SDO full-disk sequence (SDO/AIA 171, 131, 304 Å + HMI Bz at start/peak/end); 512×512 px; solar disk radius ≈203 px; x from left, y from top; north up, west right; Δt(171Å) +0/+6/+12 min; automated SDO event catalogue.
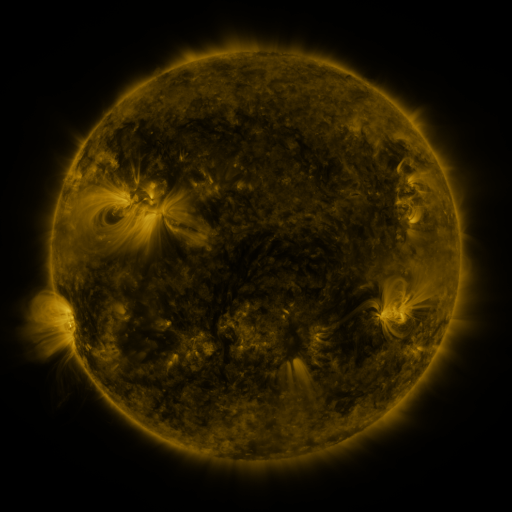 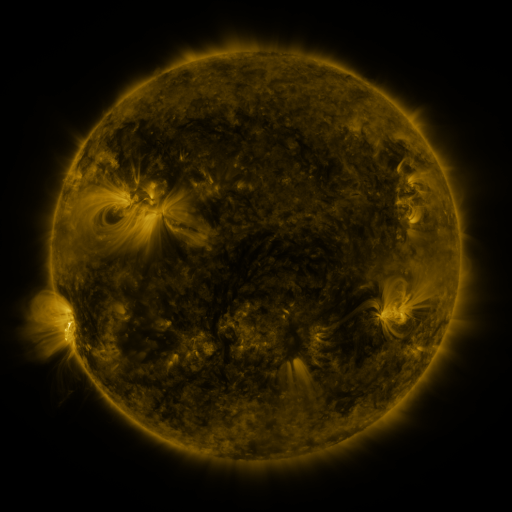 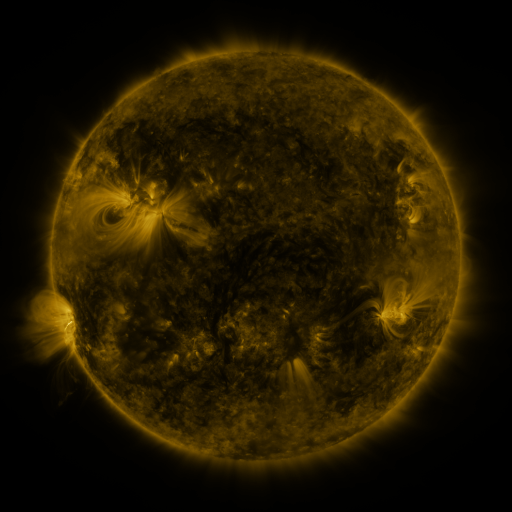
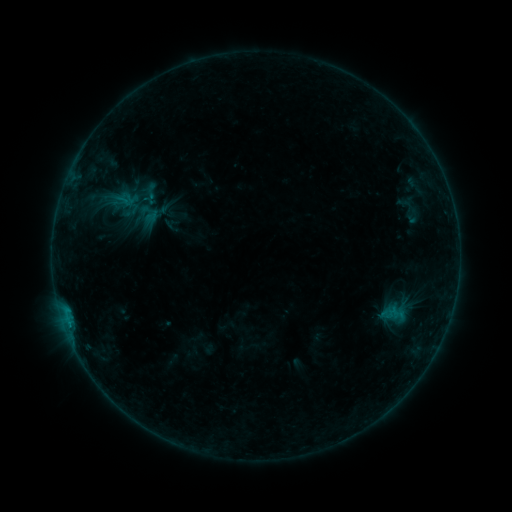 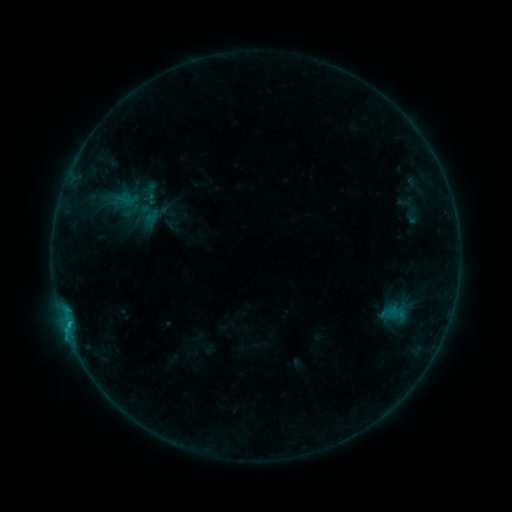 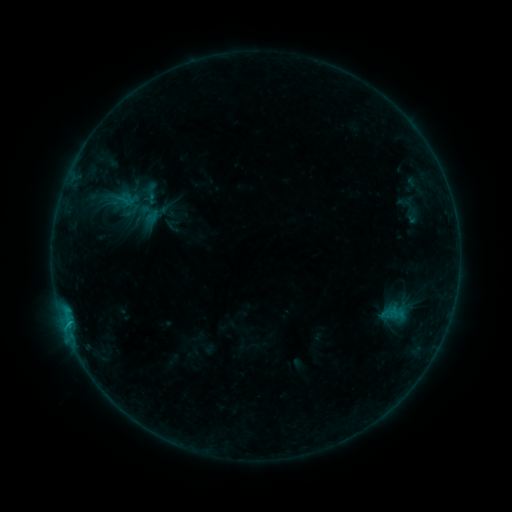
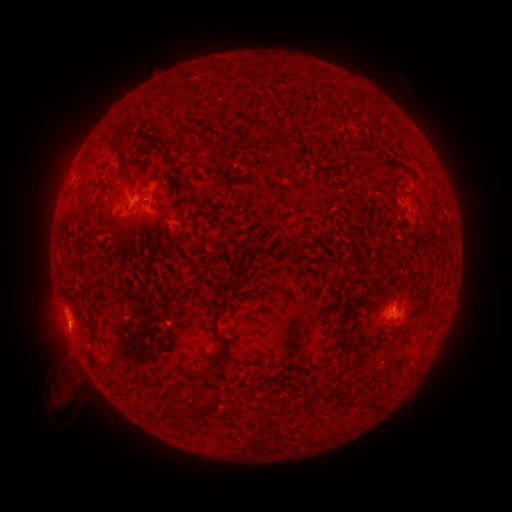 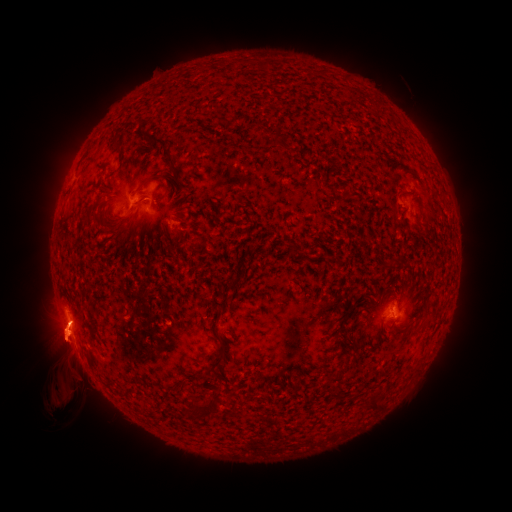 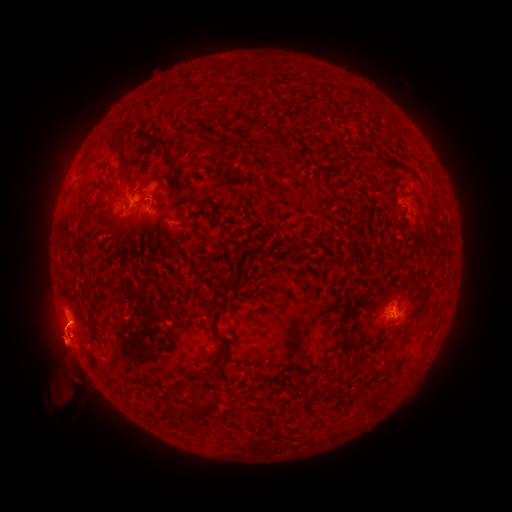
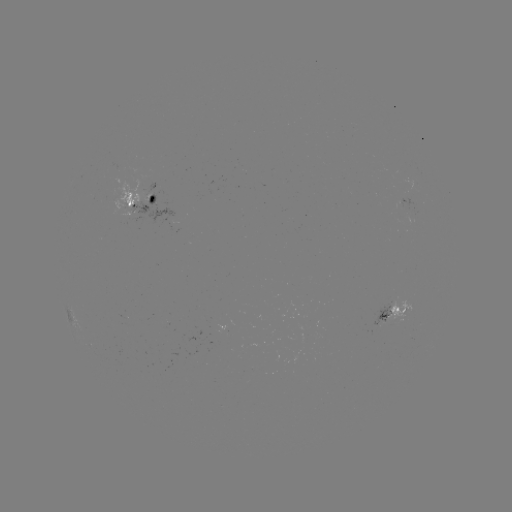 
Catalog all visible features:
B4.7 flare: (68, 323)
